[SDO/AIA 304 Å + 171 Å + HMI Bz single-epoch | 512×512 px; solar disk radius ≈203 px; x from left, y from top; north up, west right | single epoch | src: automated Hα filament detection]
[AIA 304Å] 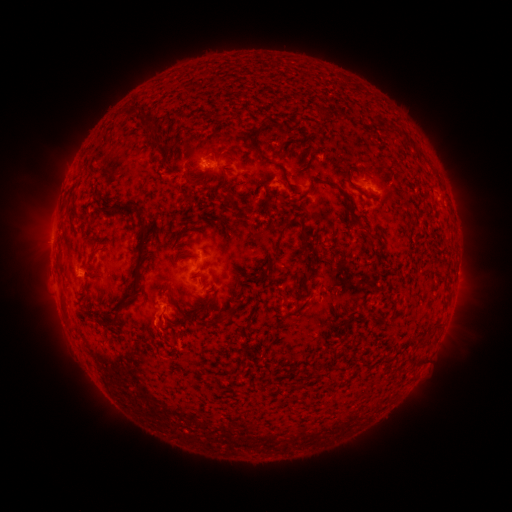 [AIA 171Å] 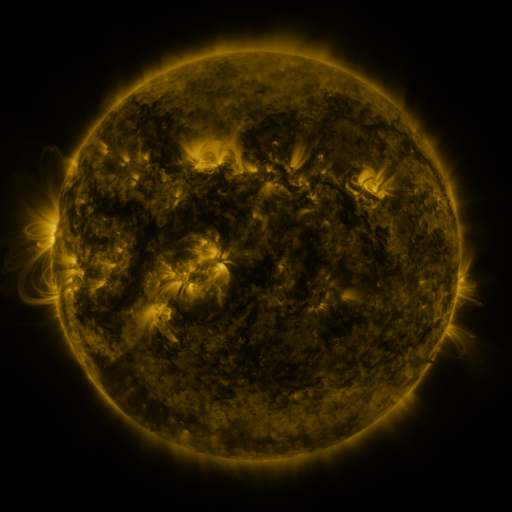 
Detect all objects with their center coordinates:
filament: [124, 104, 146, 121]
filament: [149, 132, 166, 158]
filament: [252, 144, 271, 164]
filament: [344, 169, 358, 192]
filament: [185, 170, 194, 185]
filament: [220, 173, 229, 188]
filament: [283, 173, 291, 186]
filament: [321, 180, 334, 188]
filament: [226, 186, 234, 195]
filament: [184, 193, 192, 201]
filament: [117, 202, 130, 213]
filament: [134, 206, 145, 214]
filament: [270, 226, 288, 260]
filament: [356, 226, 367, 233]
filament: [131, 228, 147, 295]
filament: [300, 230, 309, 240]
filament: [168, 294, 180, 308]
filament: [389, 310, 402, 322]
filament: [103, 313, 120, 327]
